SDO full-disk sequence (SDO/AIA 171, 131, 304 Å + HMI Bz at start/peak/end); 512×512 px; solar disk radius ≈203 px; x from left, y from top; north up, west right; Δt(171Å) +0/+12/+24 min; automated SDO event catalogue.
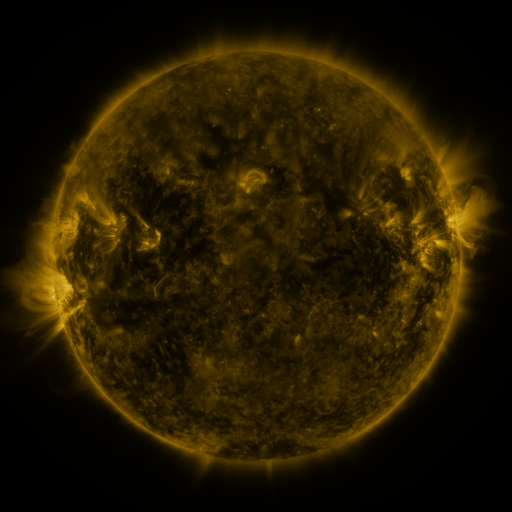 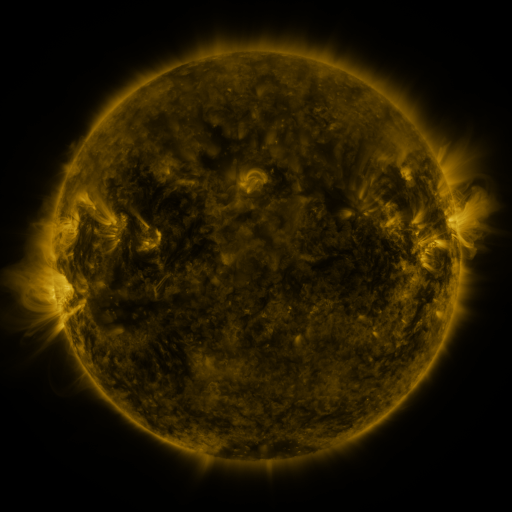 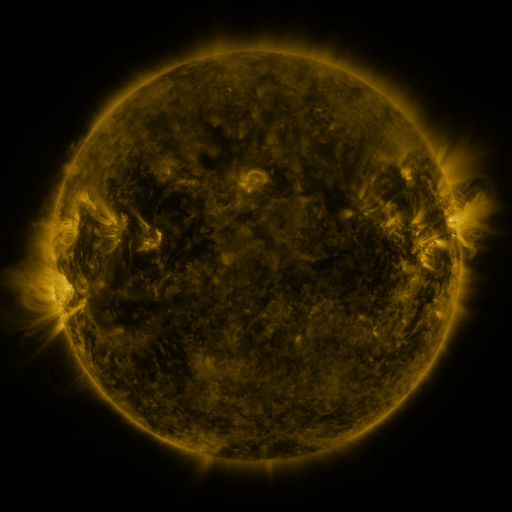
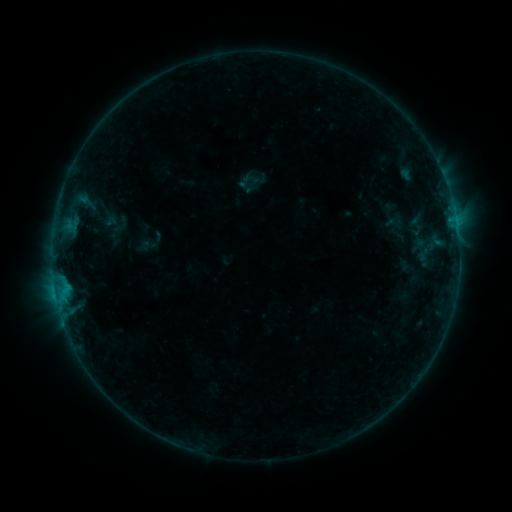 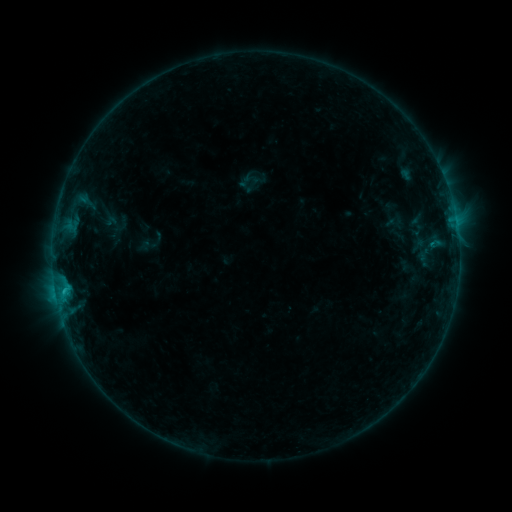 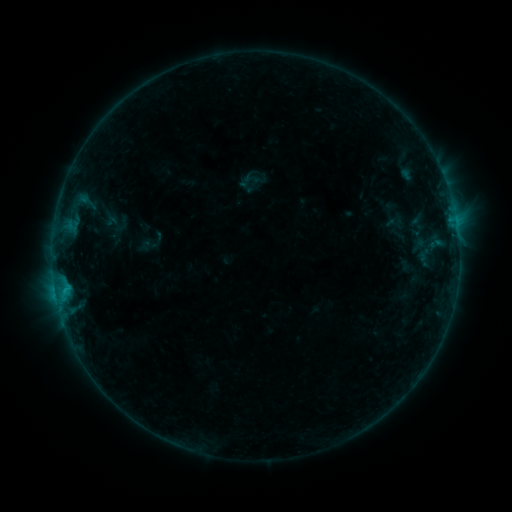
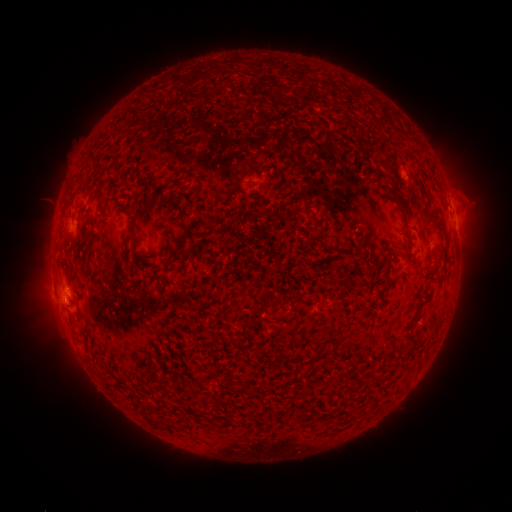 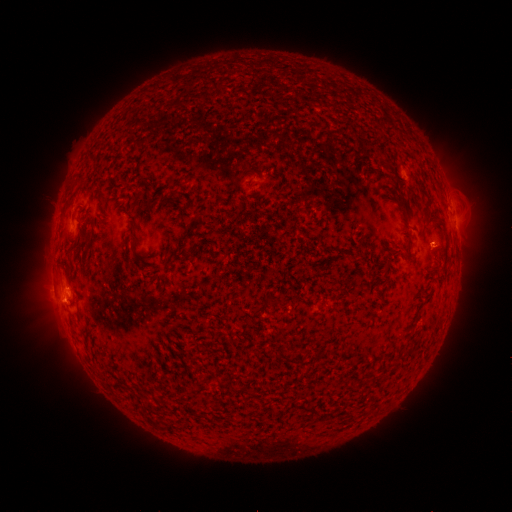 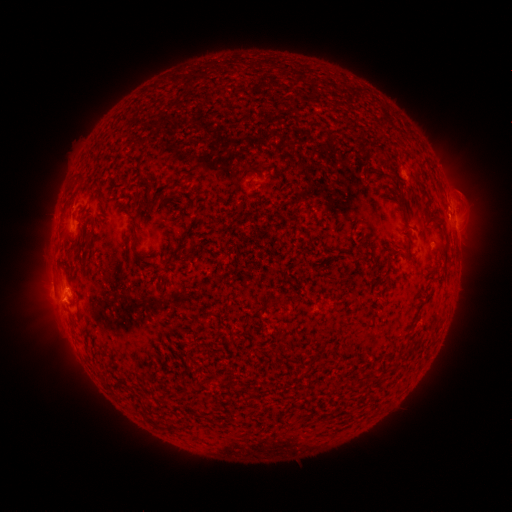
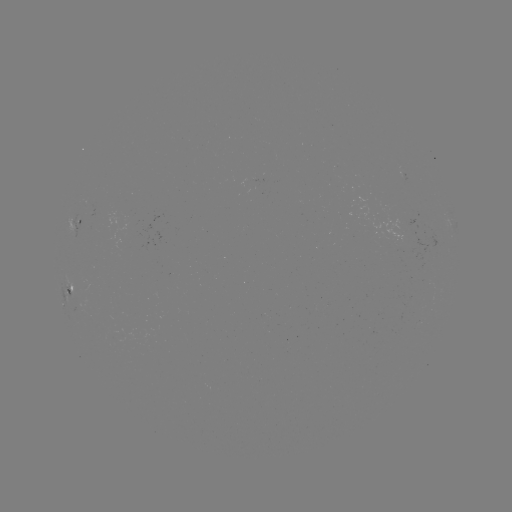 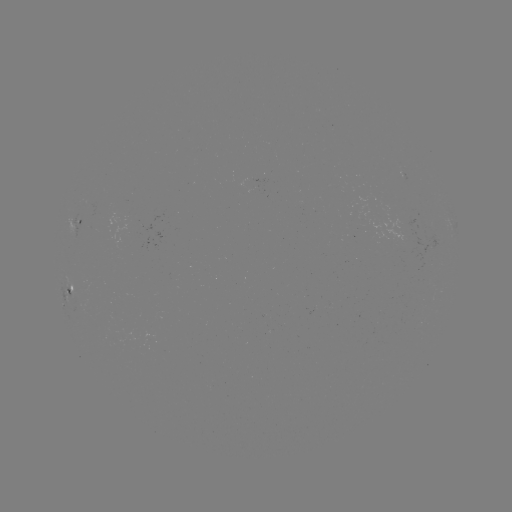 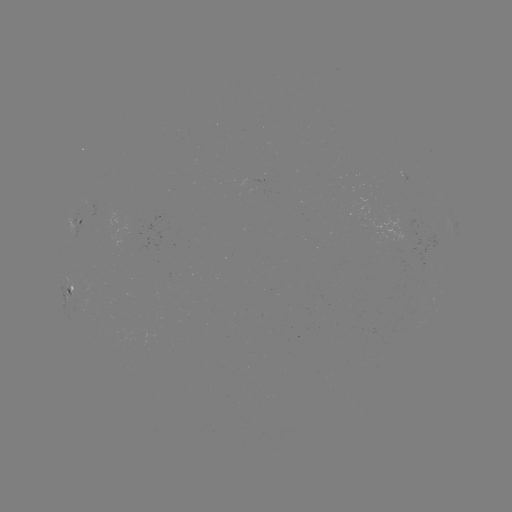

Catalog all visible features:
B5.9 flare: (64, 288)
